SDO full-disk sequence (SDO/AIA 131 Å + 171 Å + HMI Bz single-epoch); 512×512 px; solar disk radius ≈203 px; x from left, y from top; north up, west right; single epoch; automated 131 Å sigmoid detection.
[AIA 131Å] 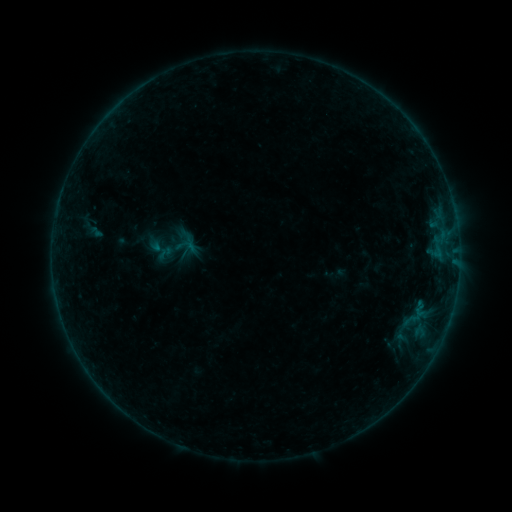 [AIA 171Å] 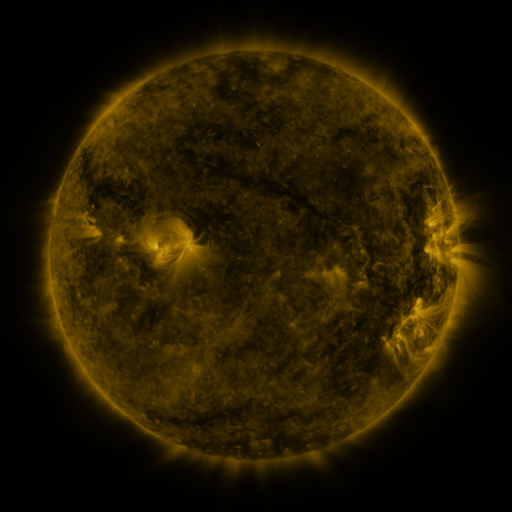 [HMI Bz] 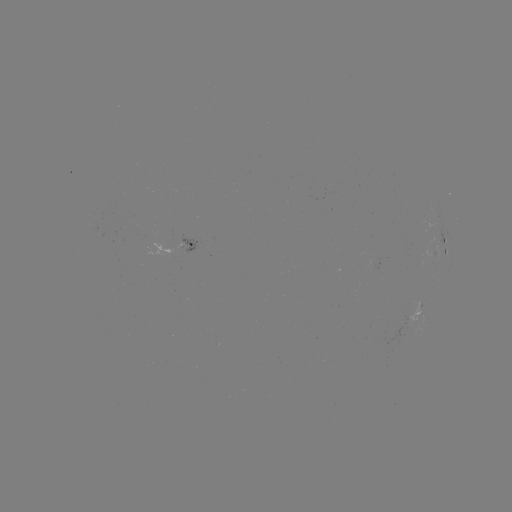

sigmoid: <bbox>173, 235, 192, 256</bbox>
